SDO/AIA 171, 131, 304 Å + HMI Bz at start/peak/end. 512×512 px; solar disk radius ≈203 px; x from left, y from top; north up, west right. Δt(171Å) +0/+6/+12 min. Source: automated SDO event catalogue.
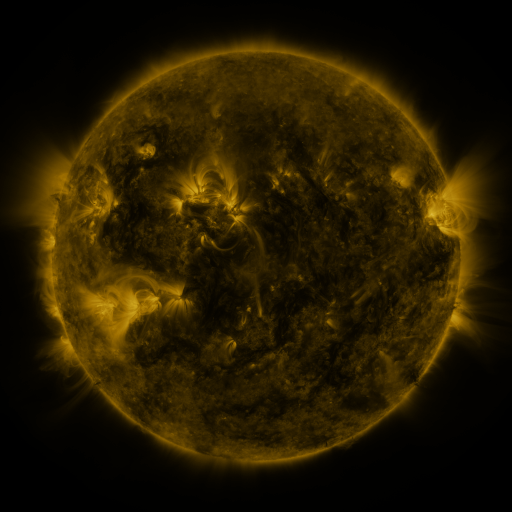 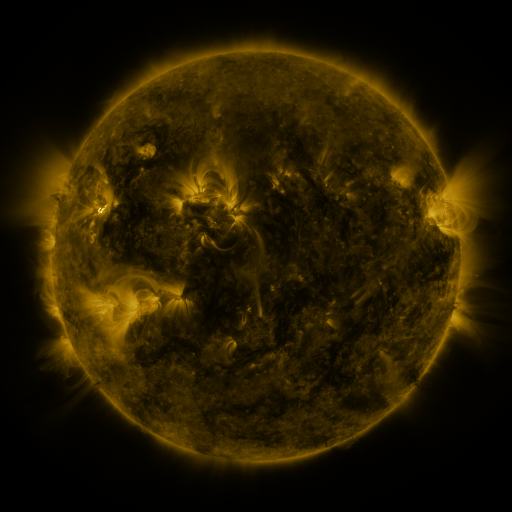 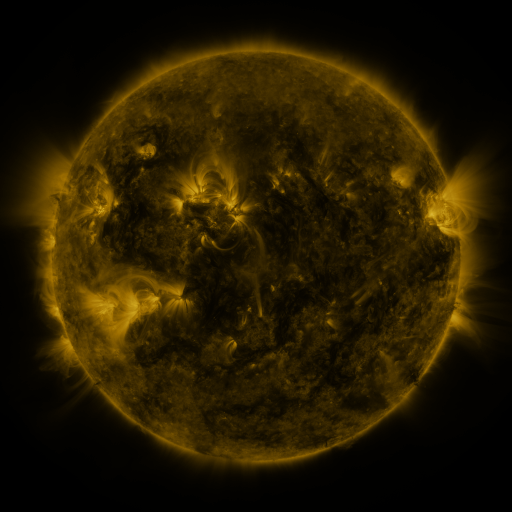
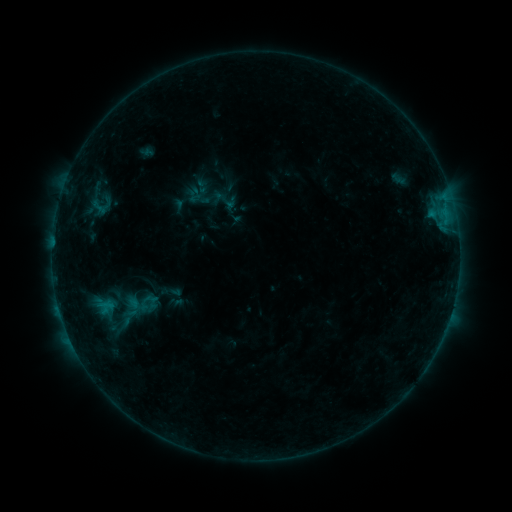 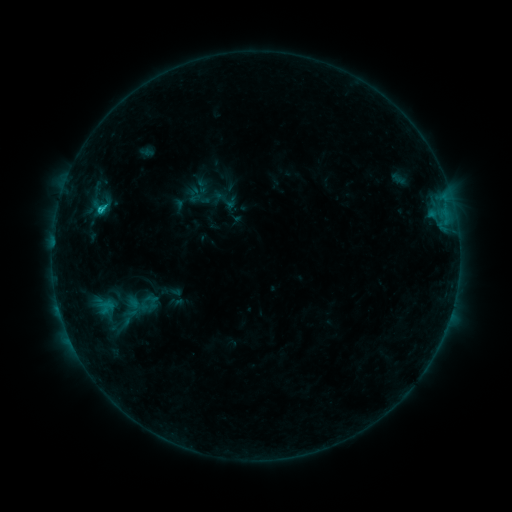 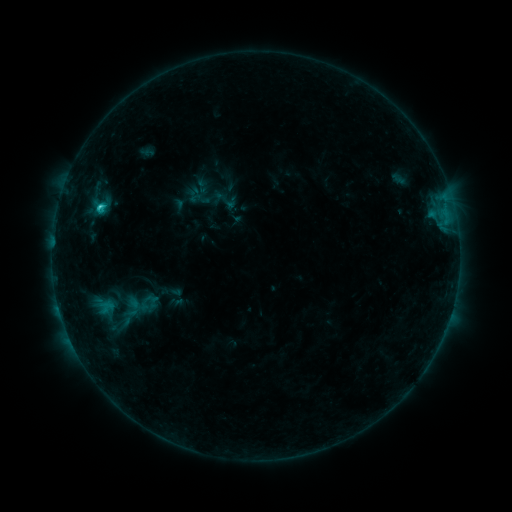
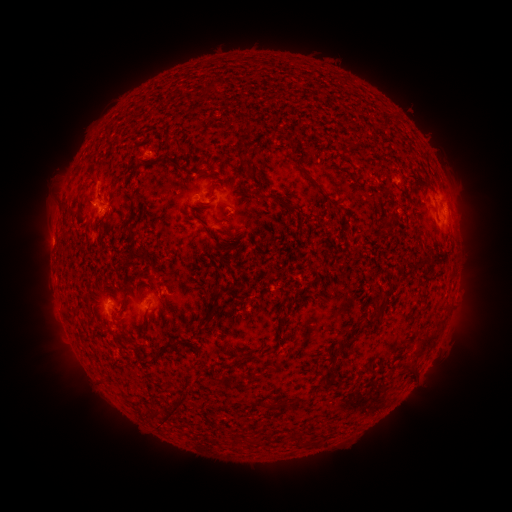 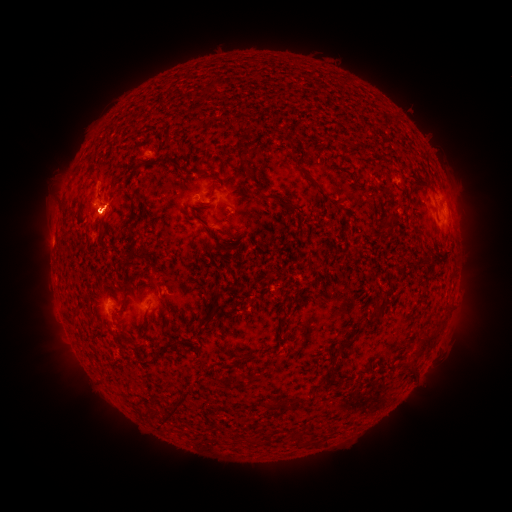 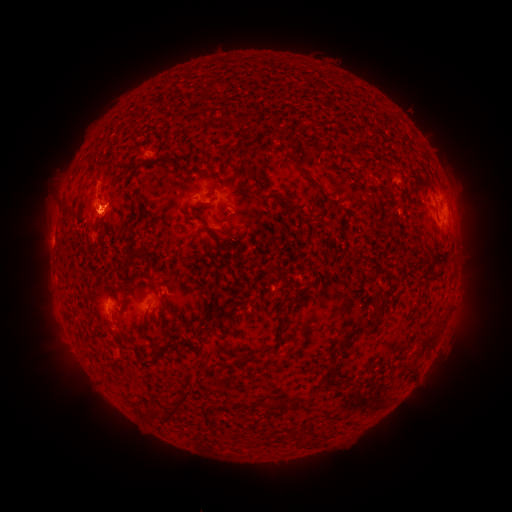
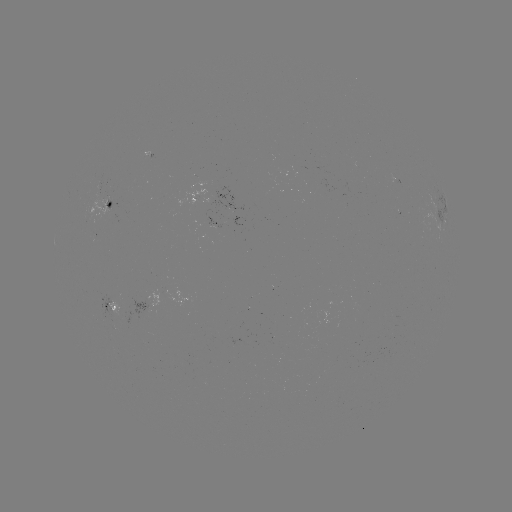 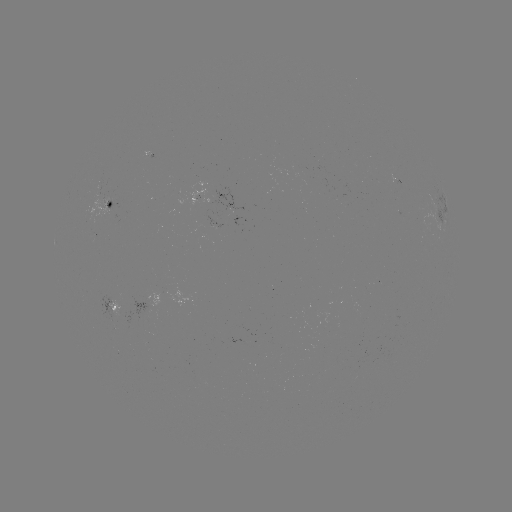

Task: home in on C1.5 flare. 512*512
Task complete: [431, 215].